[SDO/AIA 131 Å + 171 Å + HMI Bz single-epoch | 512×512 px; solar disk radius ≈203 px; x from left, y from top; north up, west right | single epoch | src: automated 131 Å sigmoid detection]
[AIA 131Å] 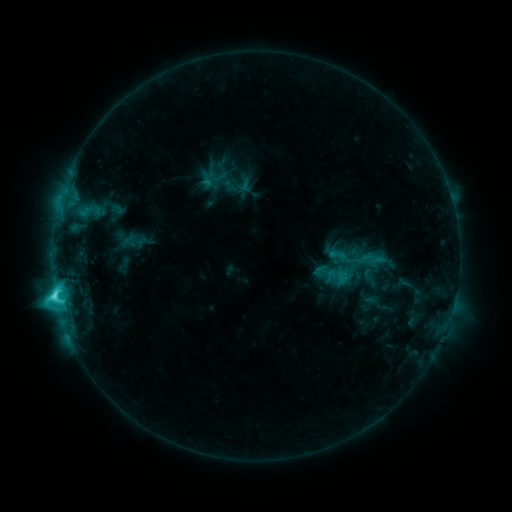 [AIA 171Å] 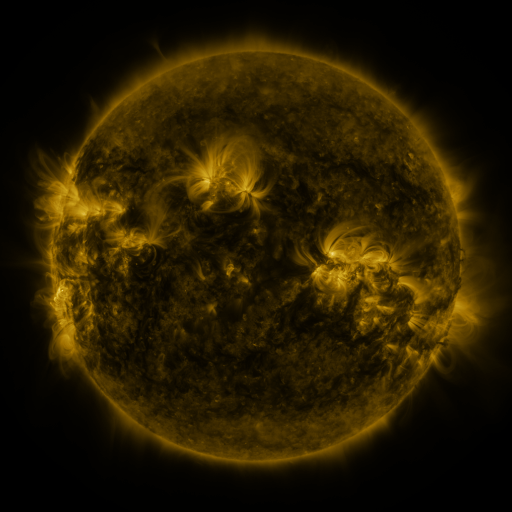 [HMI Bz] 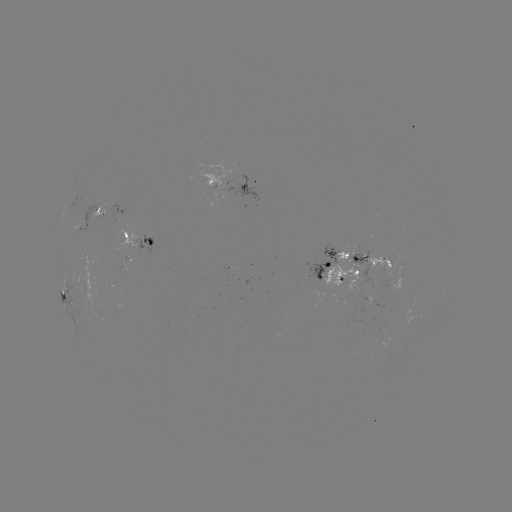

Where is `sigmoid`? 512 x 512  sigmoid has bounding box [335, 269, 352, 287].